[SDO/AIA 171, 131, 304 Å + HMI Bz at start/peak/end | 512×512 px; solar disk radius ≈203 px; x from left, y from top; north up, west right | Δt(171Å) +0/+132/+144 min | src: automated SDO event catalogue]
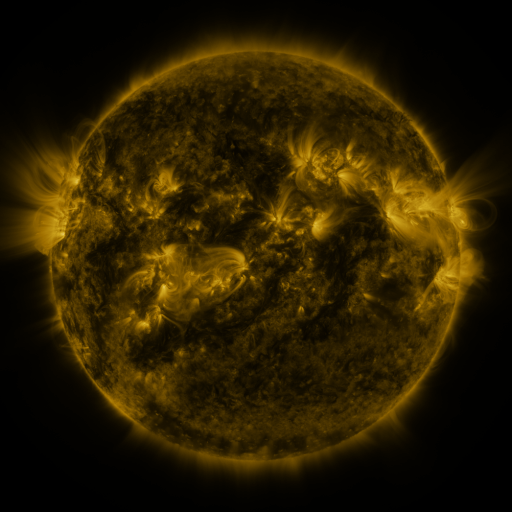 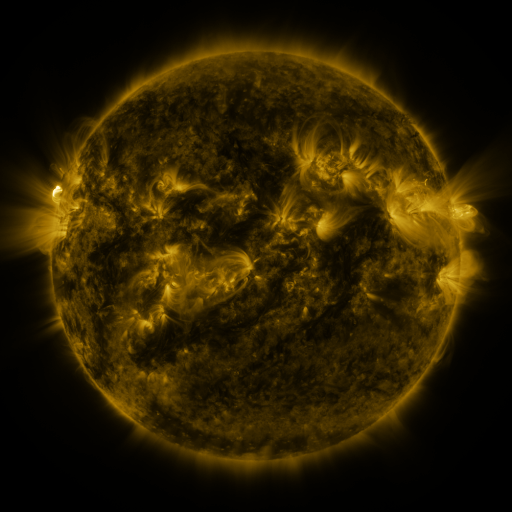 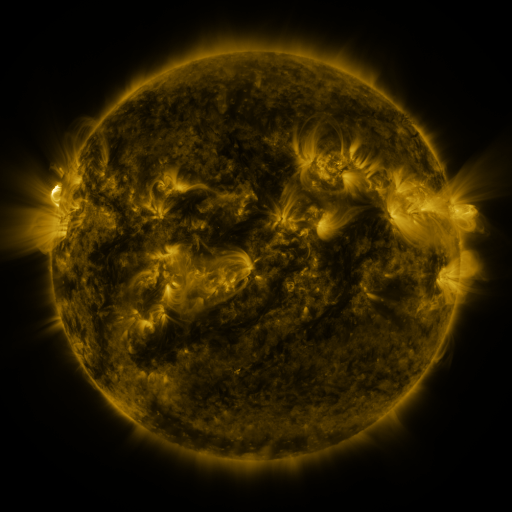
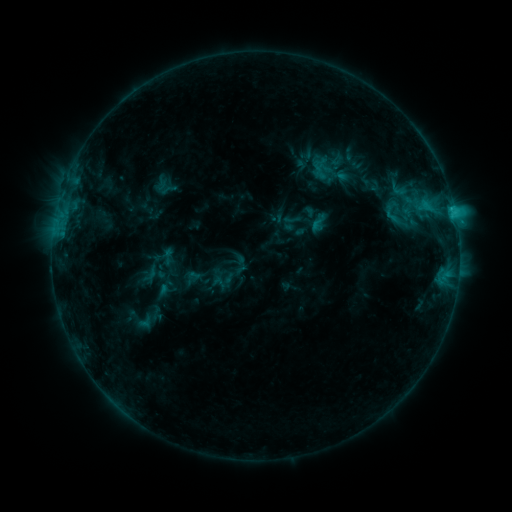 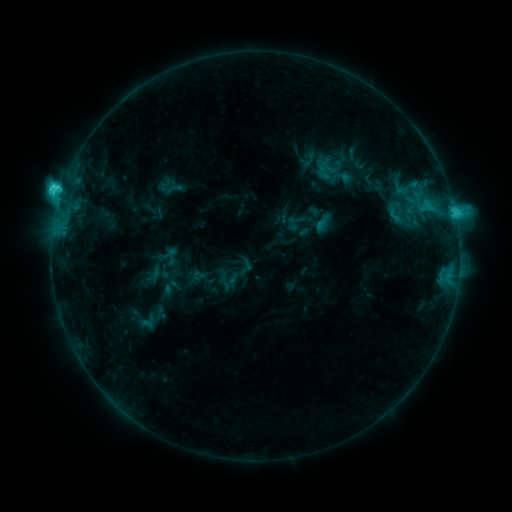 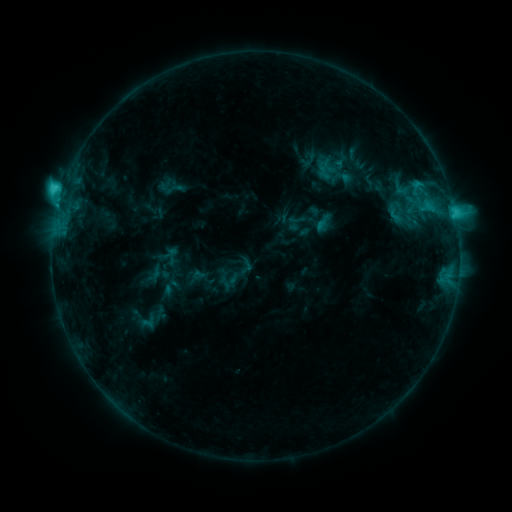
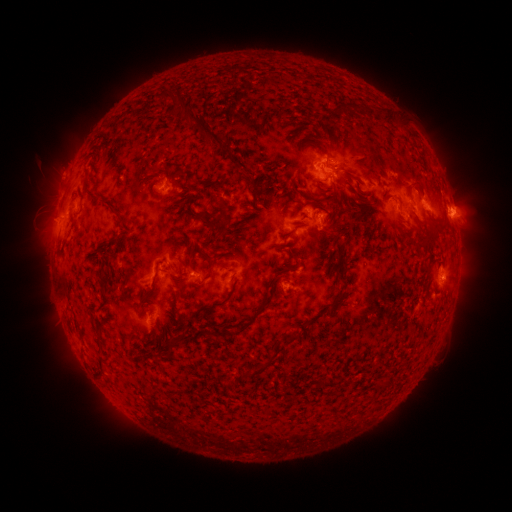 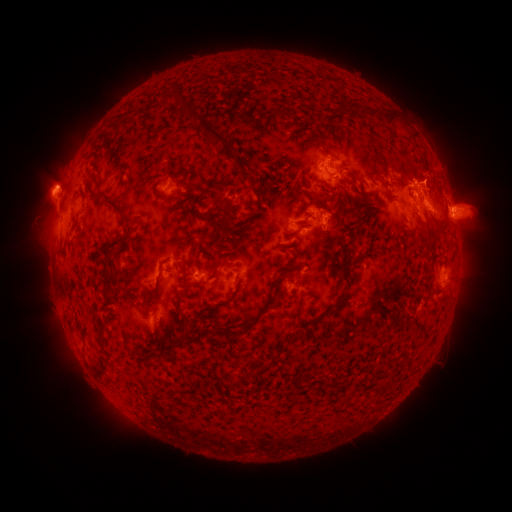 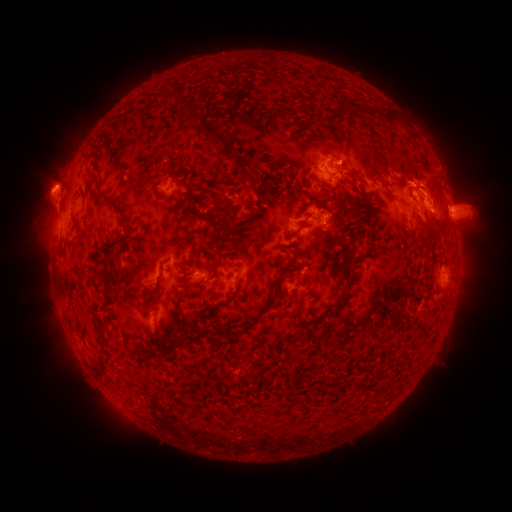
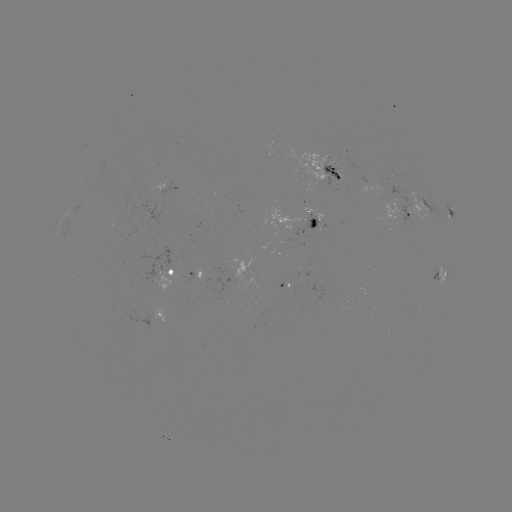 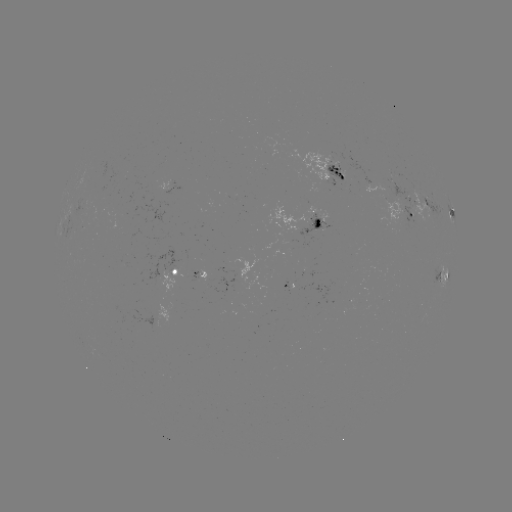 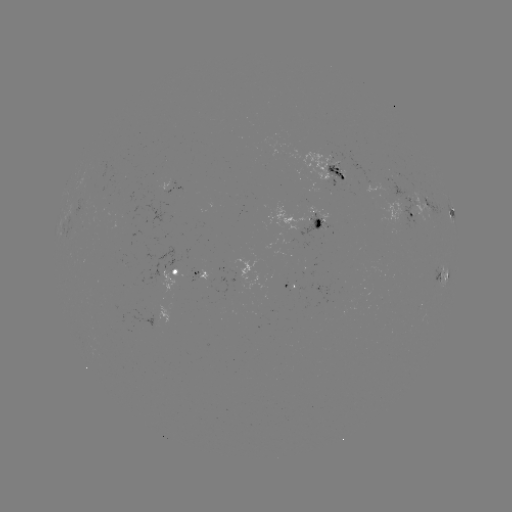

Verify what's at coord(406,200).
emerging-flux region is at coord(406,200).